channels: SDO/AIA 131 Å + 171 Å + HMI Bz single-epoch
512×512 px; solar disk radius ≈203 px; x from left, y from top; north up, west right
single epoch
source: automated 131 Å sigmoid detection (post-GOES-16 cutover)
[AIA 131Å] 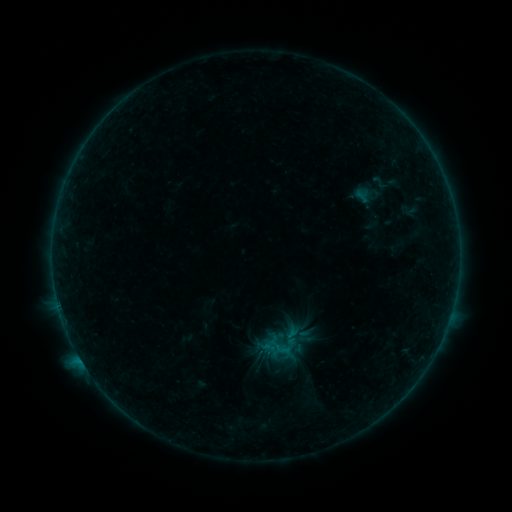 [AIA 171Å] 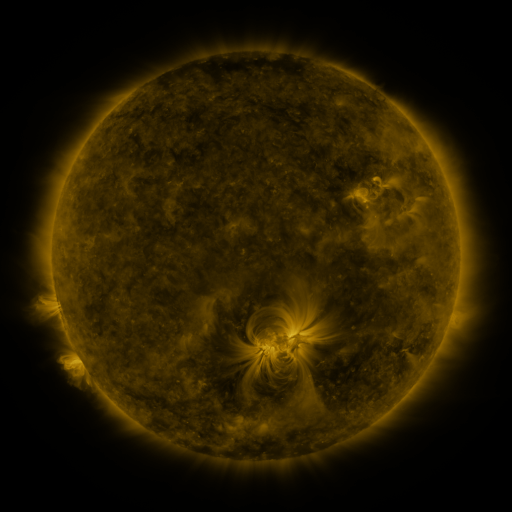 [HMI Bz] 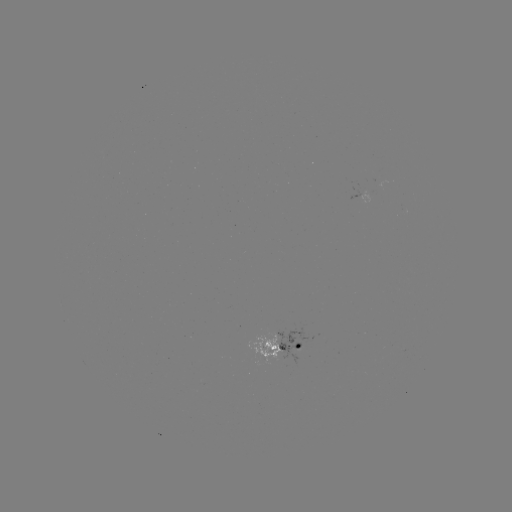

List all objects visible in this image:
sigmoid: <bbox>366, 174, 392, 191</bbox>
sigmoid: <bbox>270, 337, 293, 359</bbox>
